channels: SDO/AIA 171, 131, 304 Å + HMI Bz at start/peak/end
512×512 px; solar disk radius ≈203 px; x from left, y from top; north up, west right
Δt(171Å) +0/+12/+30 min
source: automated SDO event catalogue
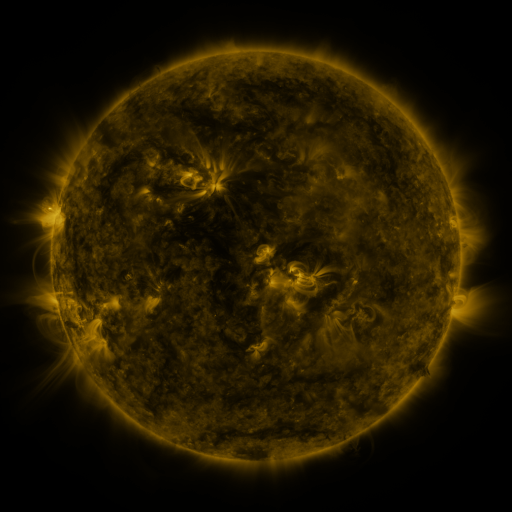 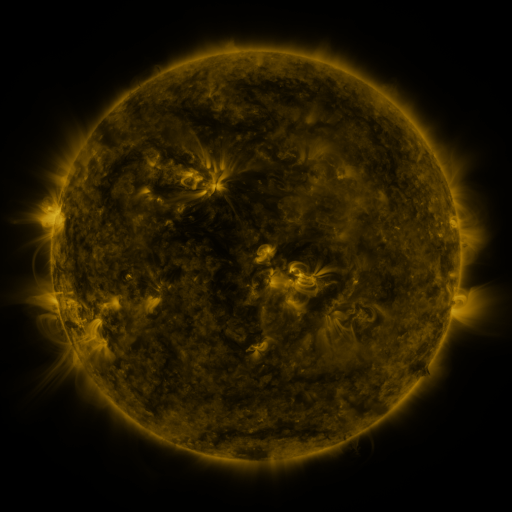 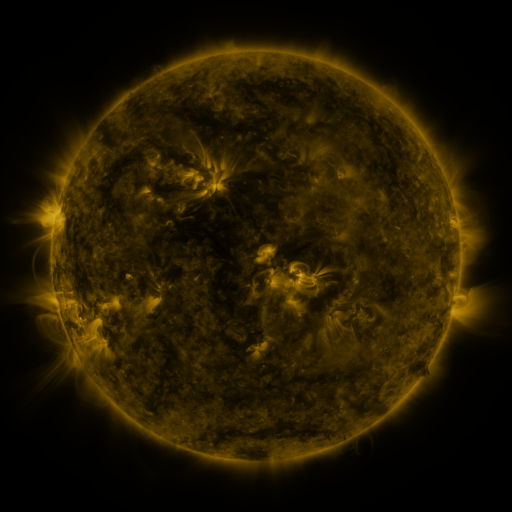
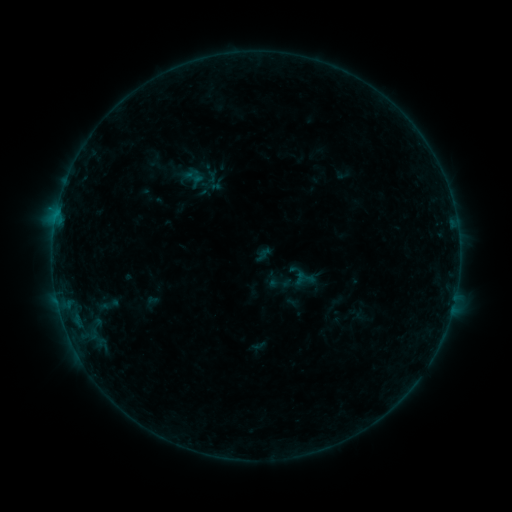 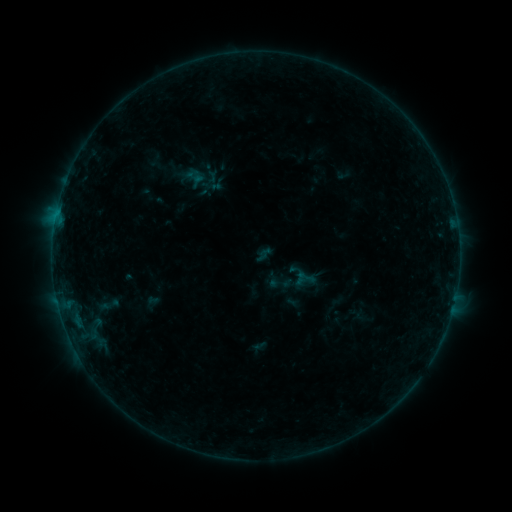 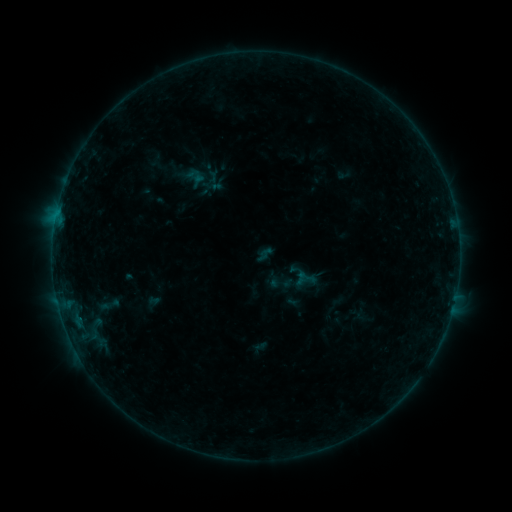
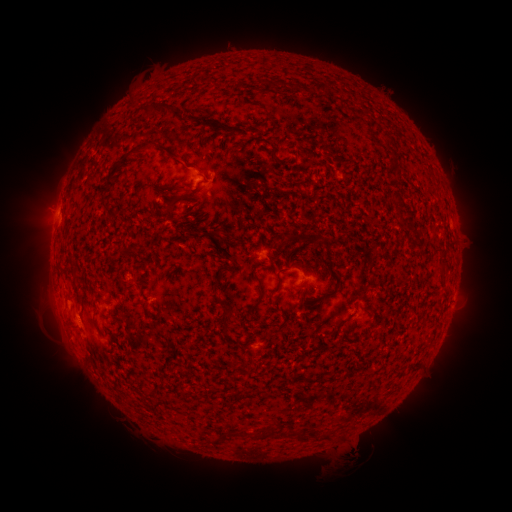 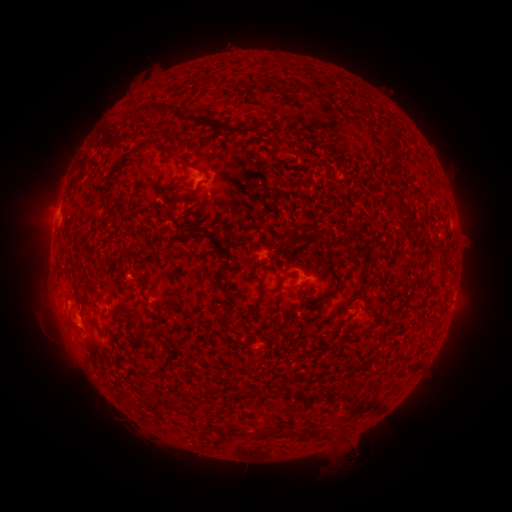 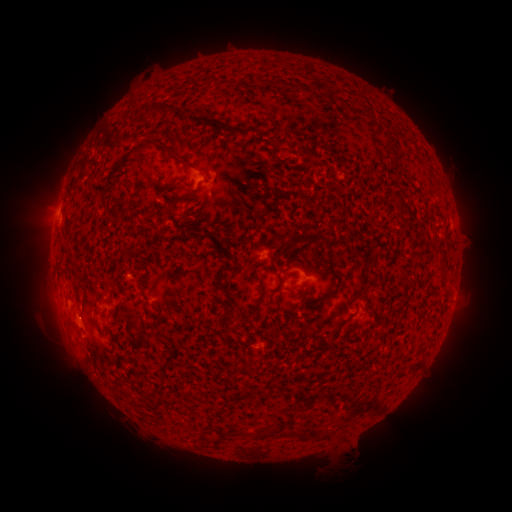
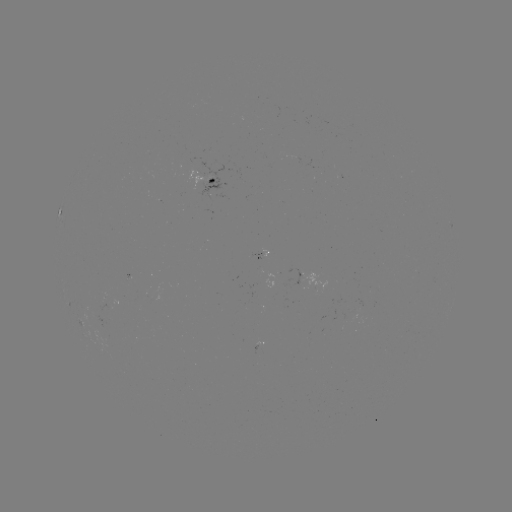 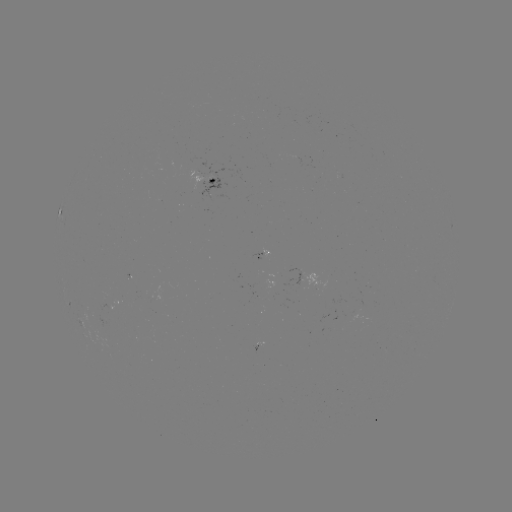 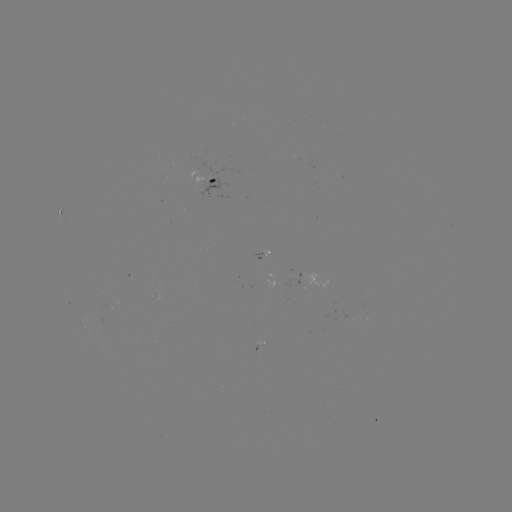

no classed flare was catalogued and no EUV brightening was flagged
